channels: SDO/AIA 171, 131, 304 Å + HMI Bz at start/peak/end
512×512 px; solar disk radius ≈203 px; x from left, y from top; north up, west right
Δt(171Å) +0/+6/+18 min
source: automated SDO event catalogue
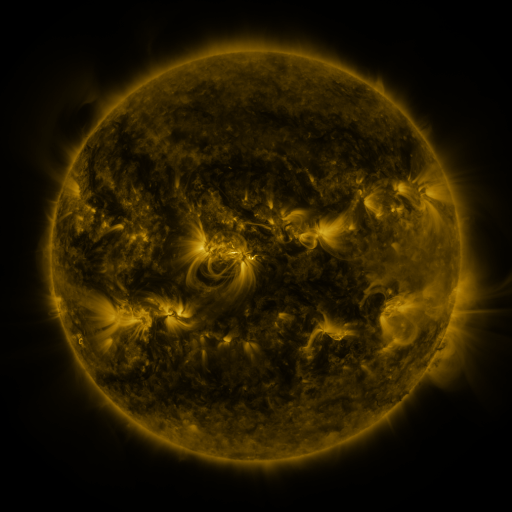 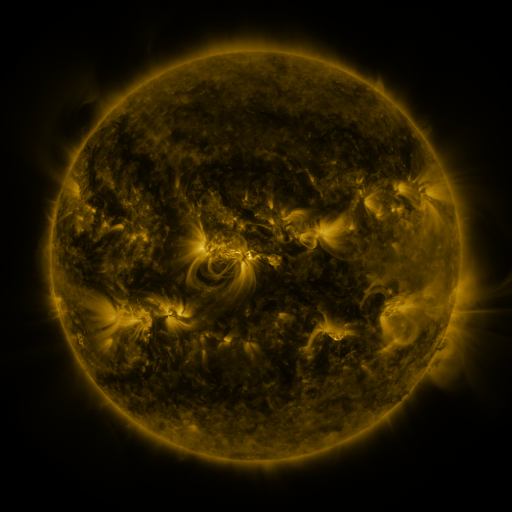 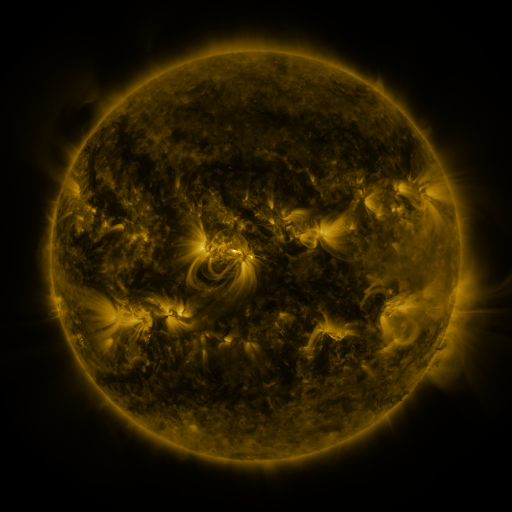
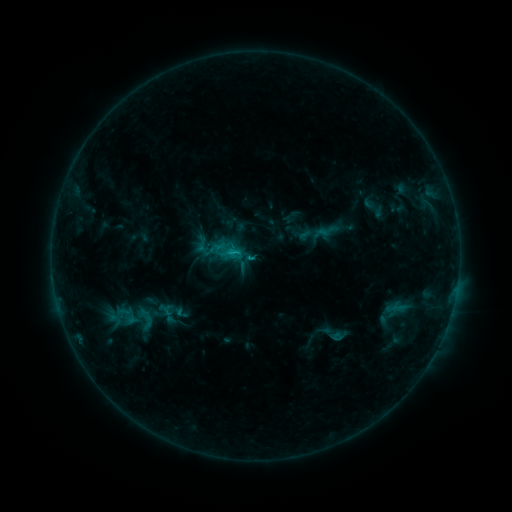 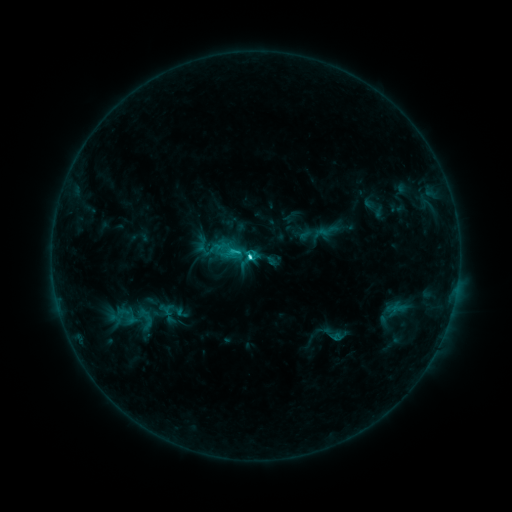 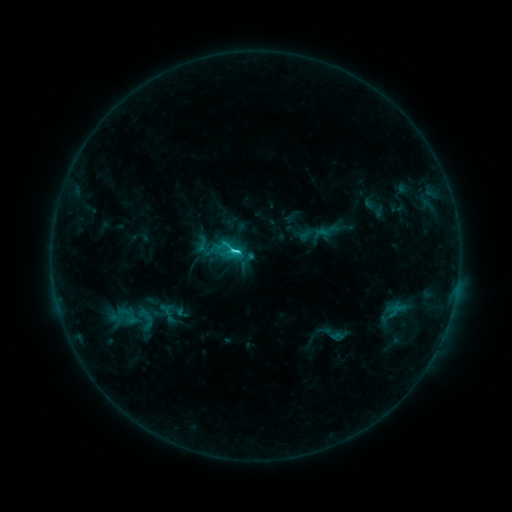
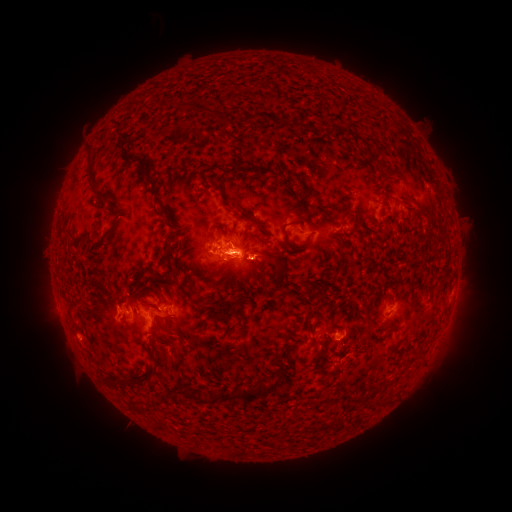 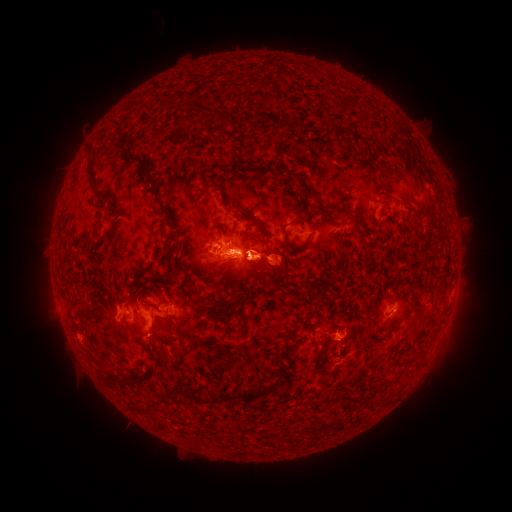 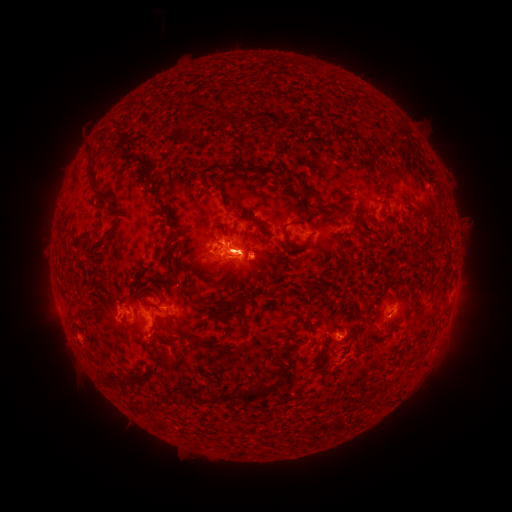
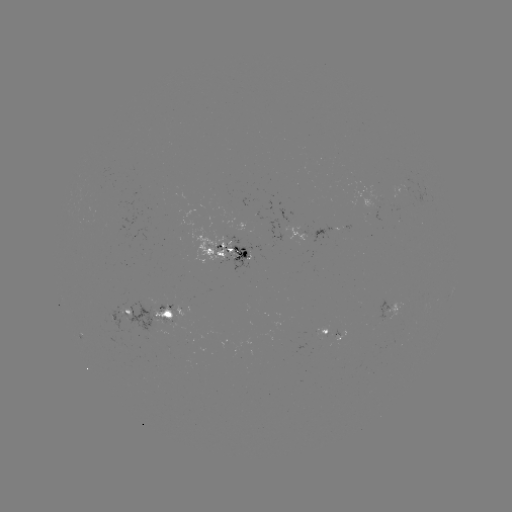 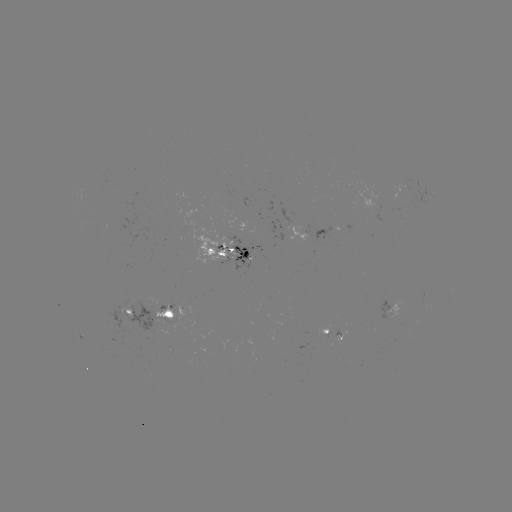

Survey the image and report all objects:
C4.0 flare: (252, 260)
